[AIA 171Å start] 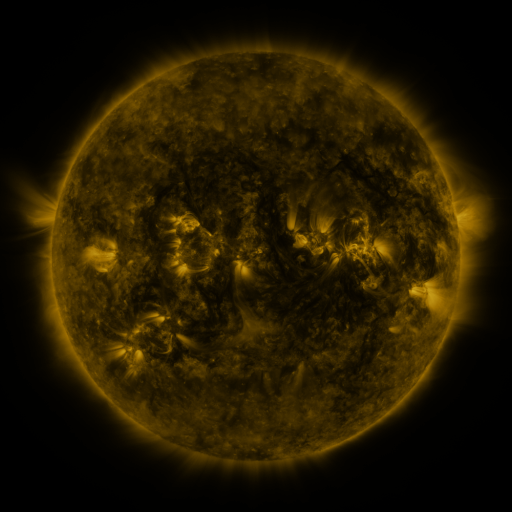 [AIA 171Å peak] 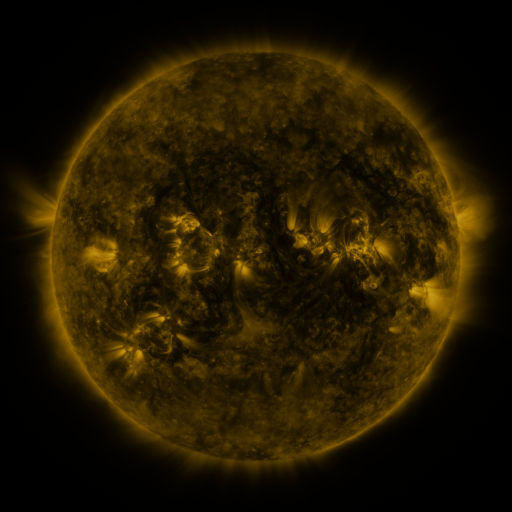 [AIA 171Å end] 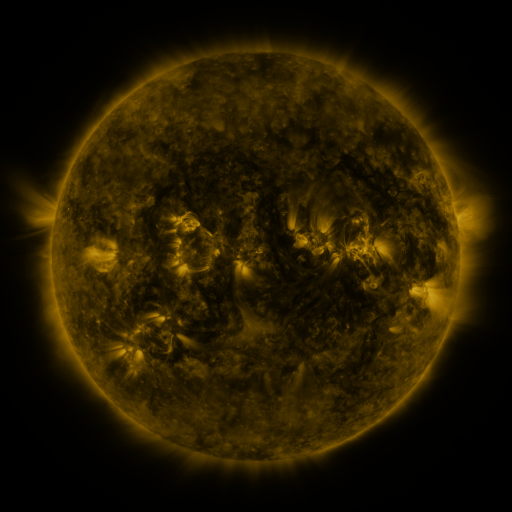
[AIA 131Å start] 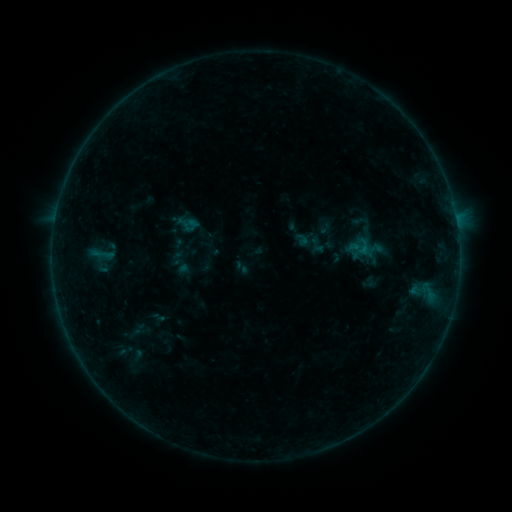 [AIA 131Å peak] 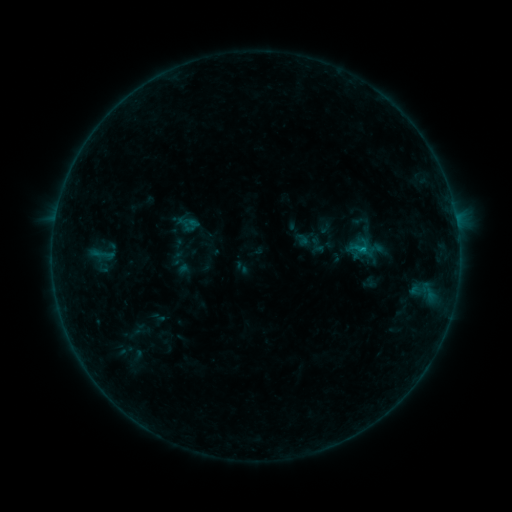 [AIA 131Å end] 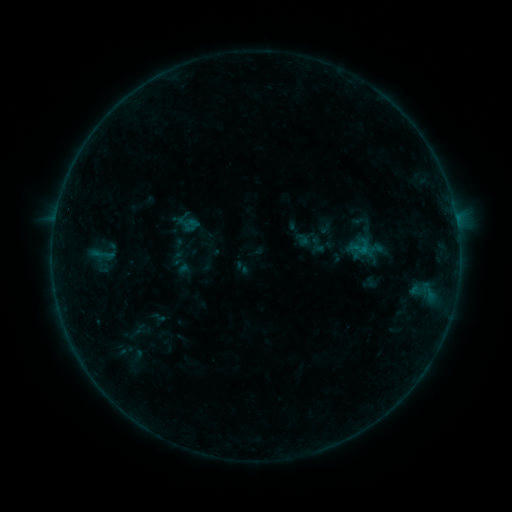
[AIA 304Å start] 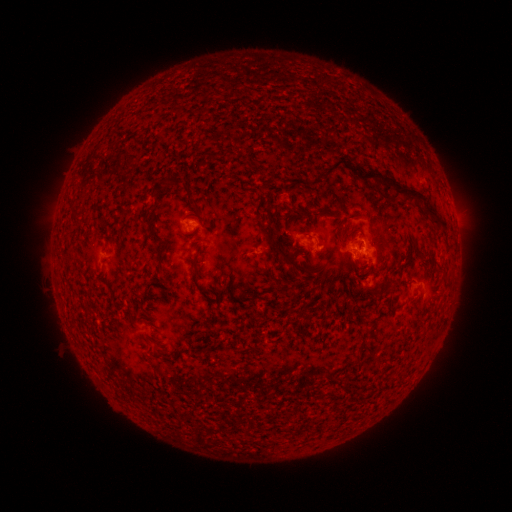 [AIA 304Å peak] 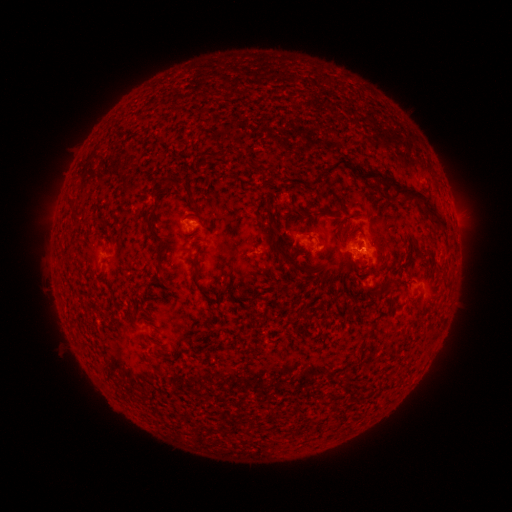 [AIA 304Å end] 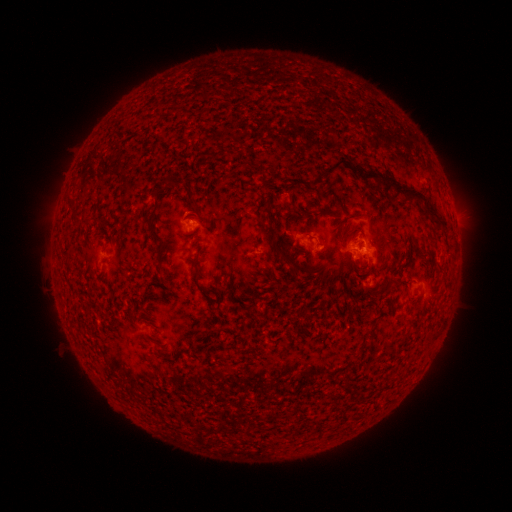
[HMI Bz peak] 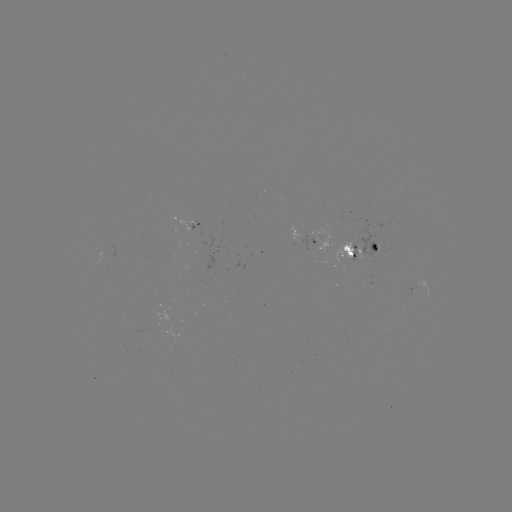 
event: flare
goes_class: B3.1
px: (363, 249)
